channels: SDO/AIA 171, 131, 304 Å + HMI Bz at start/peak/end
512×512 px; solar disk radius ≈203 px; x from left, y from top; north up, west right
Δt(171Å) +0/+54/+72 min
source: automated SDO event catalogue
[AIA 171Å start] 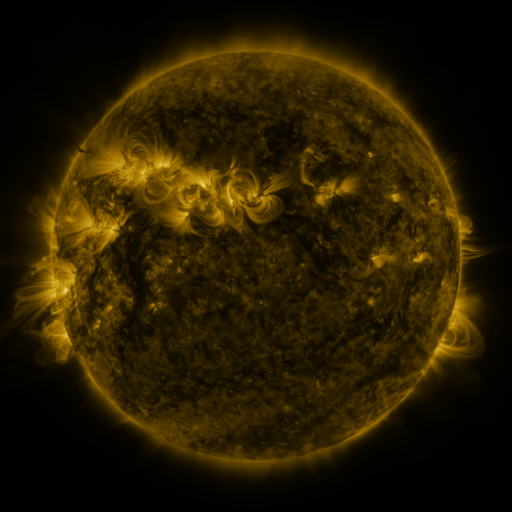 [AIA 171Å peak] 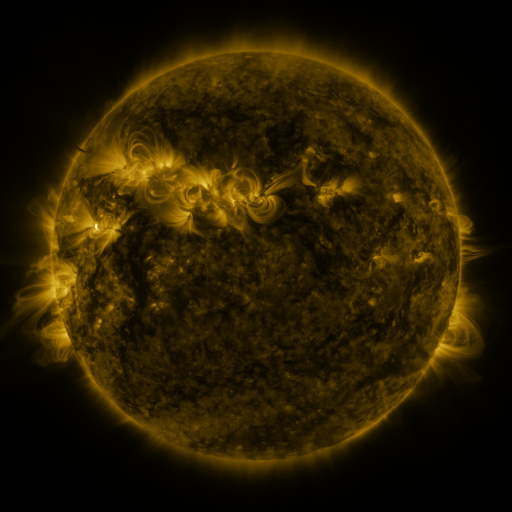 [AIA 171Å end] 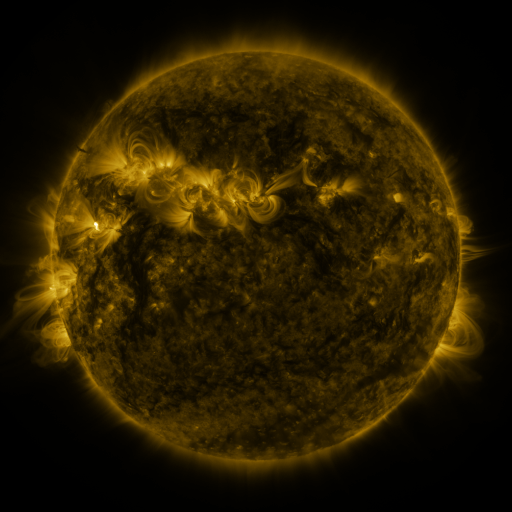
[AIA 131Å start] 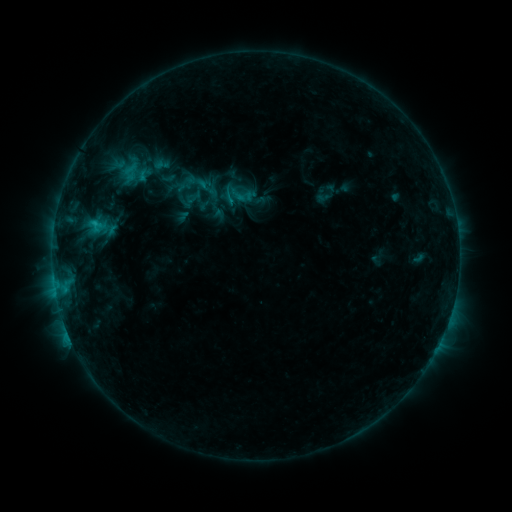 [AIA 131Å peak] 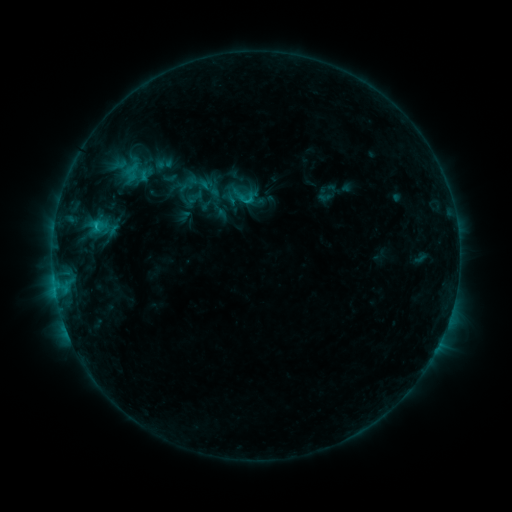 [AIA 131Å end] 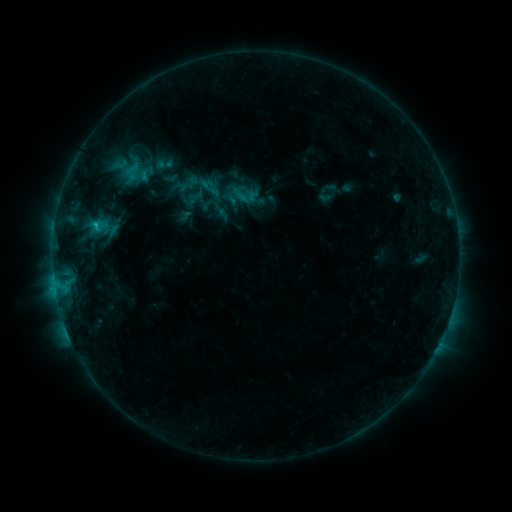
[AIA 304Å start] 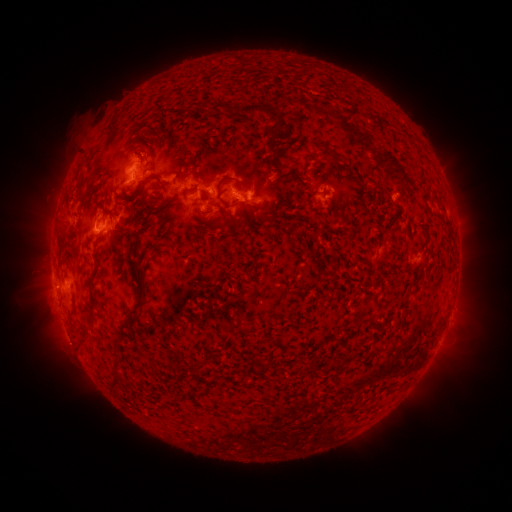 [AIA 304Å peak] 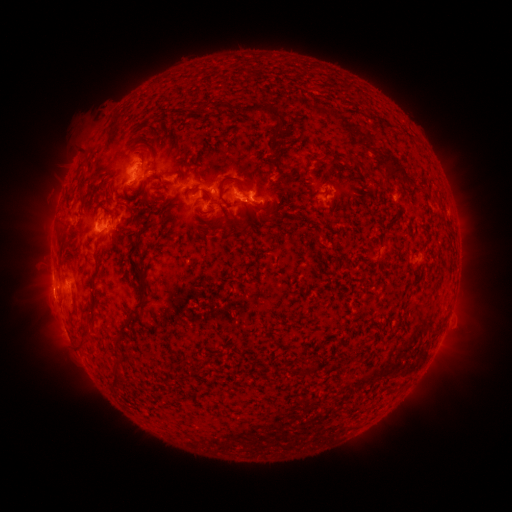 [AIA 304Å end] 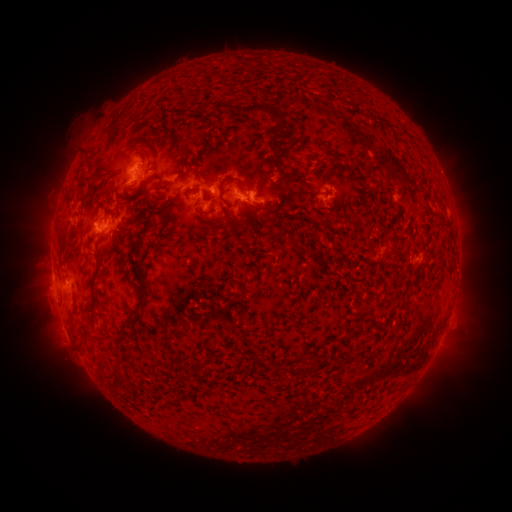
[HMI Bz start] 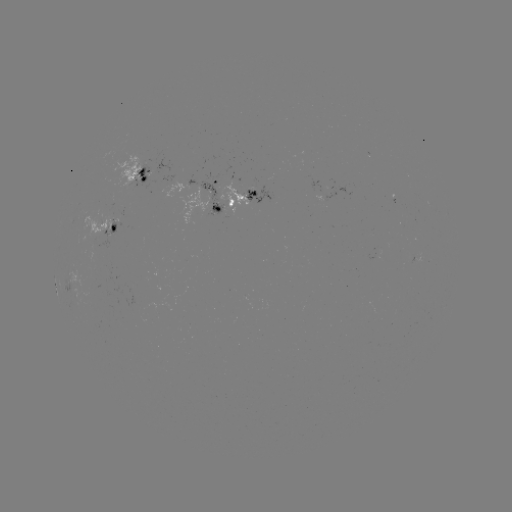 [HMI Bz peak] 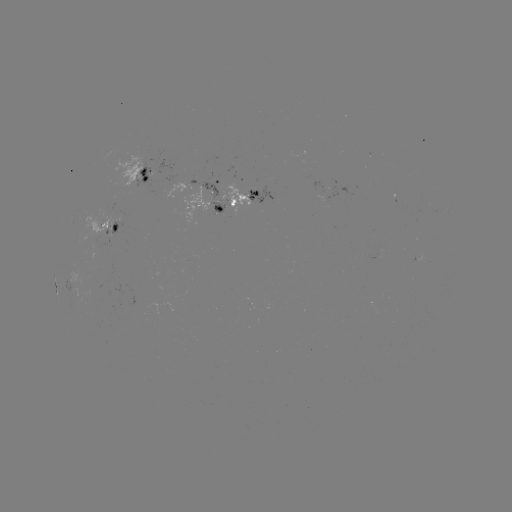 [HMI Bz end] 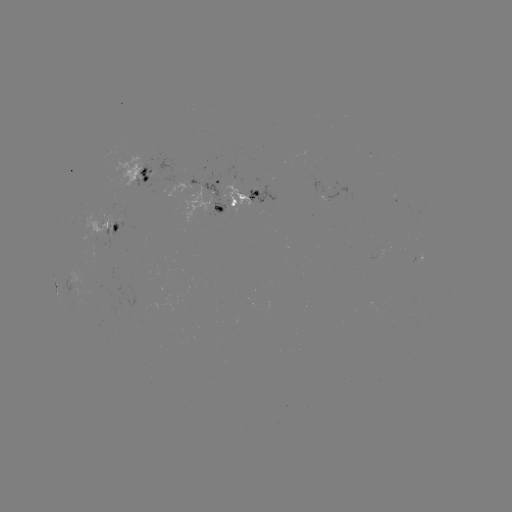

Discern emerging-flux region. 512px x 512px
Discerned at [108, 236].